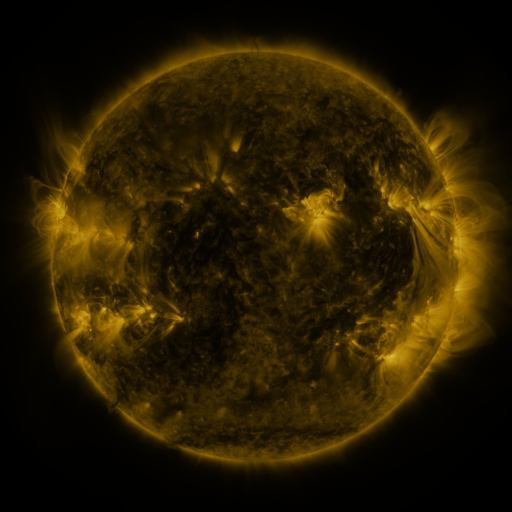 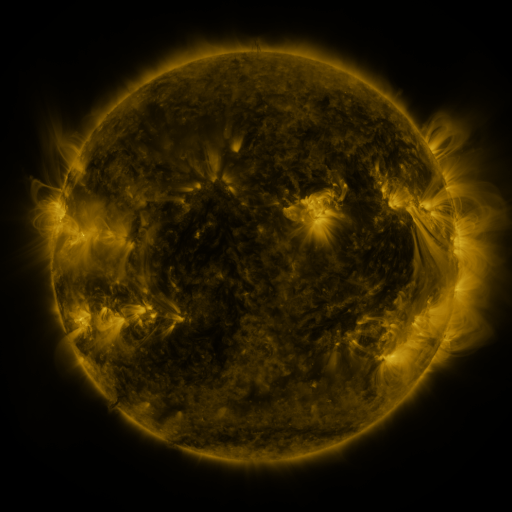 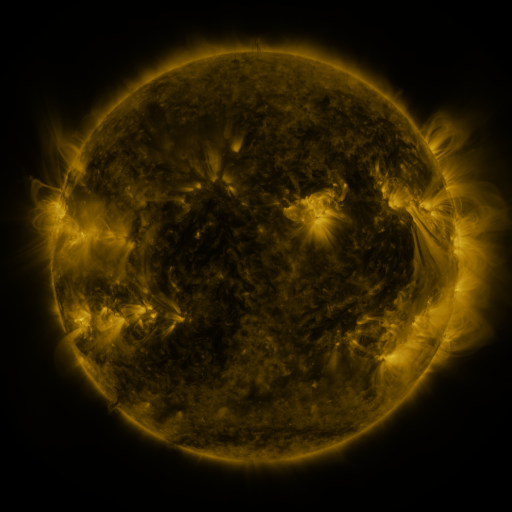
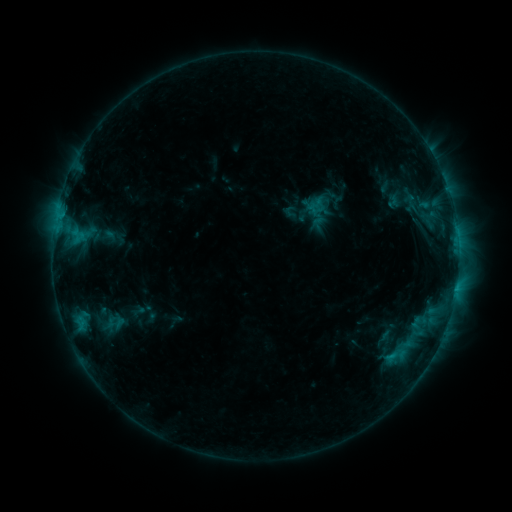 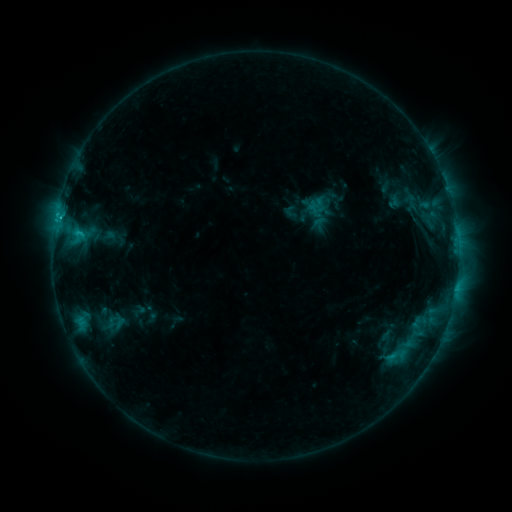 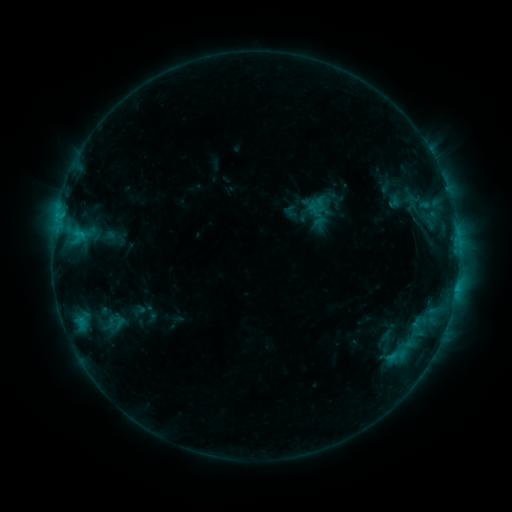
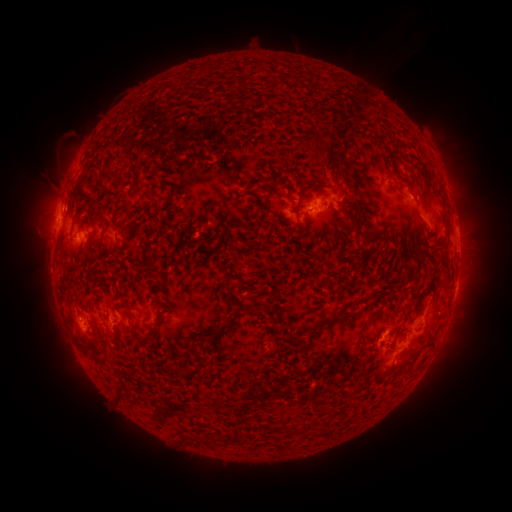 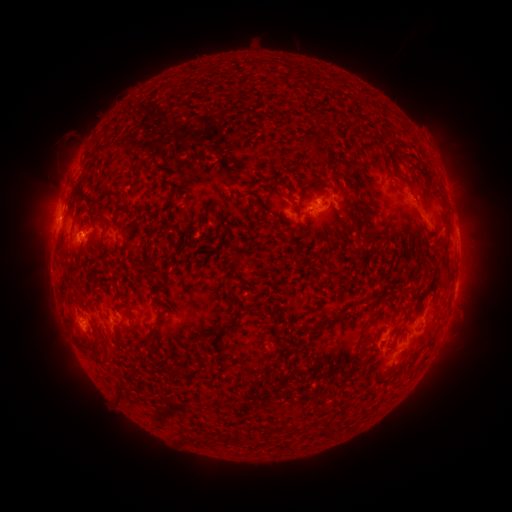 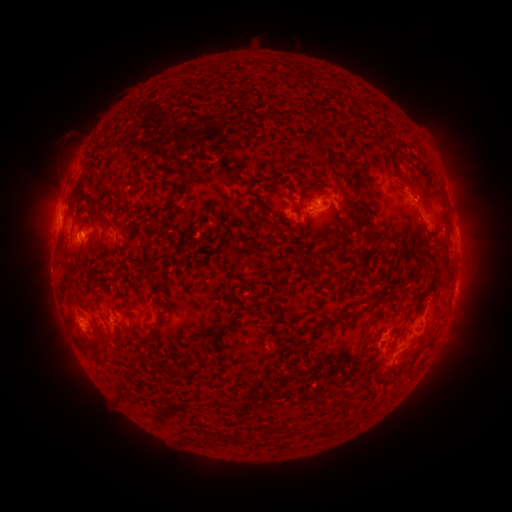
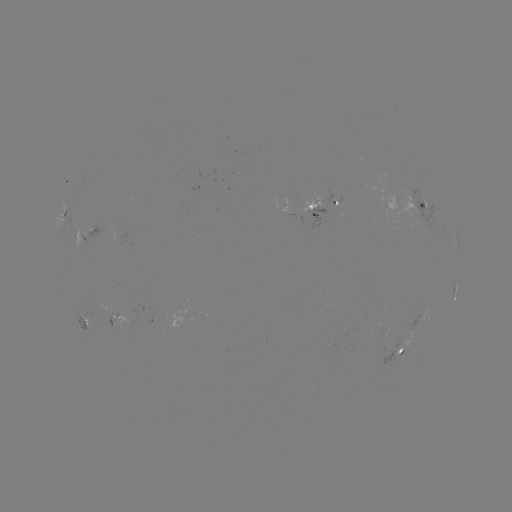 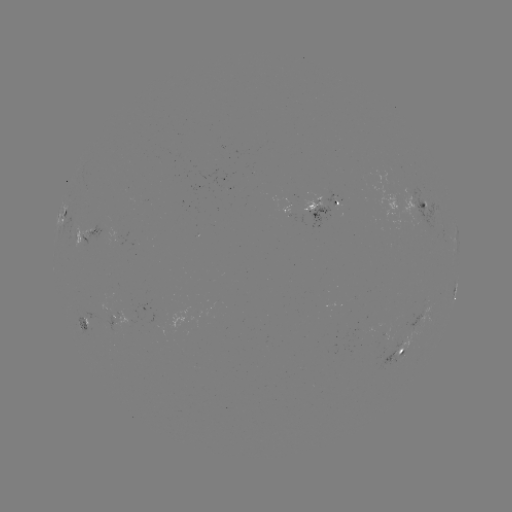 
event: flare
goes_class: C1.1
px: (80, 234)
